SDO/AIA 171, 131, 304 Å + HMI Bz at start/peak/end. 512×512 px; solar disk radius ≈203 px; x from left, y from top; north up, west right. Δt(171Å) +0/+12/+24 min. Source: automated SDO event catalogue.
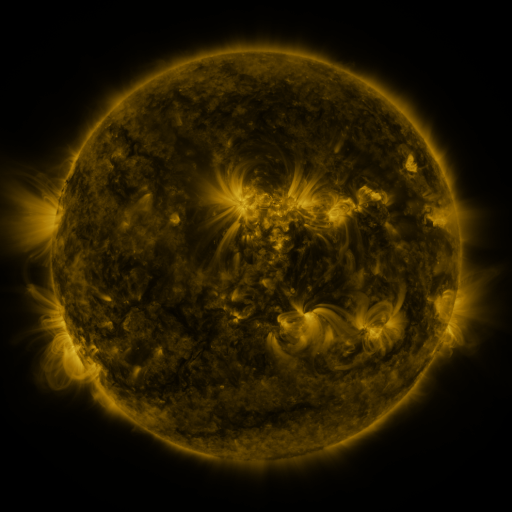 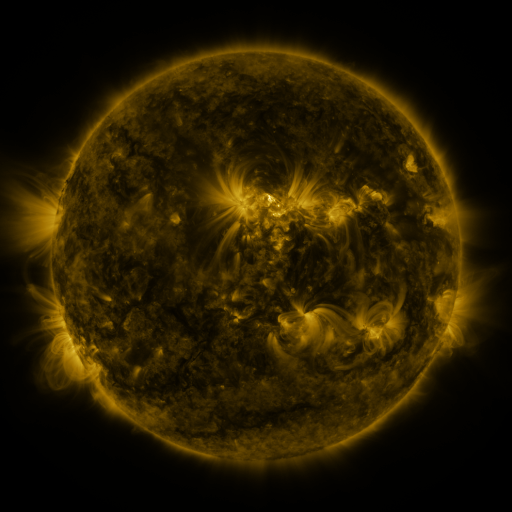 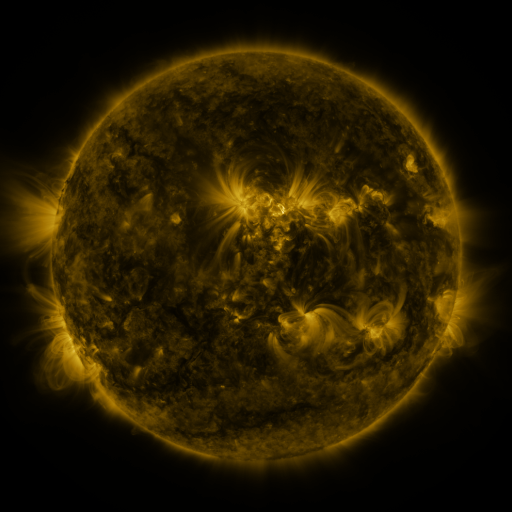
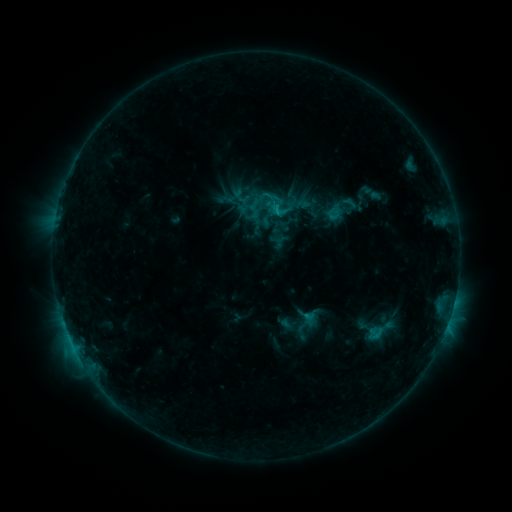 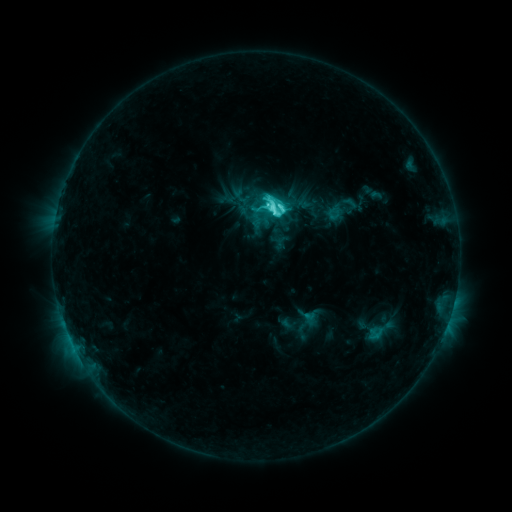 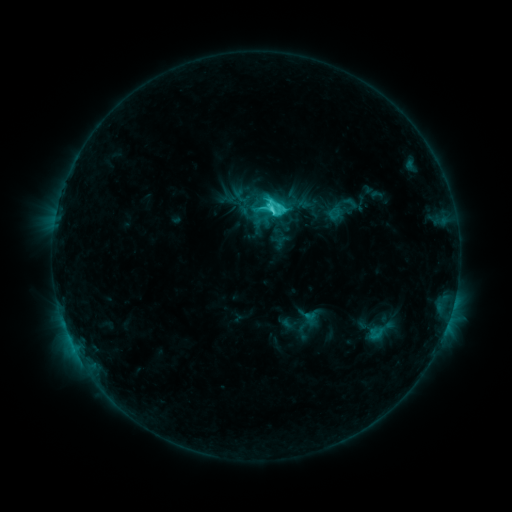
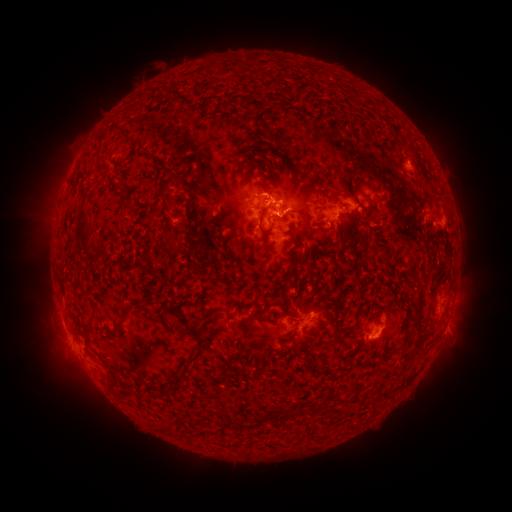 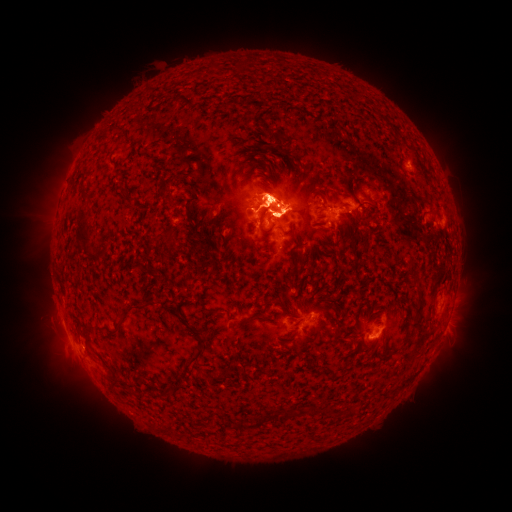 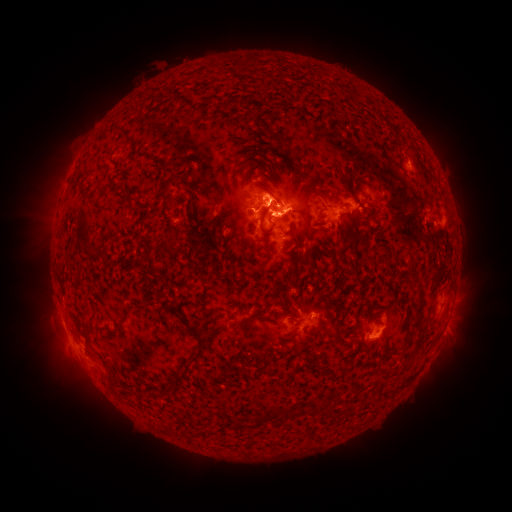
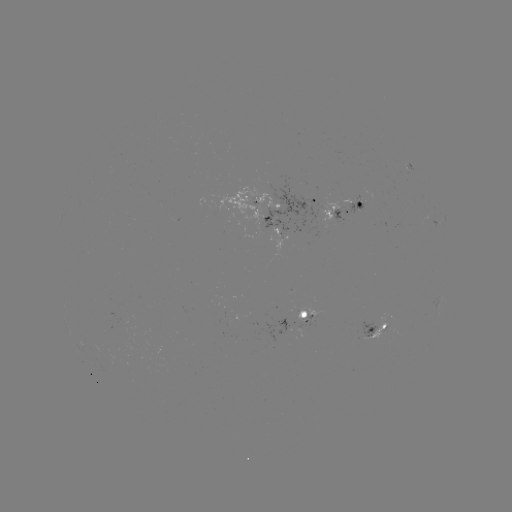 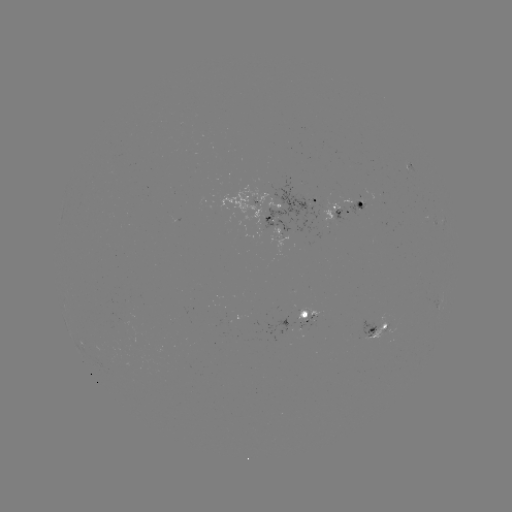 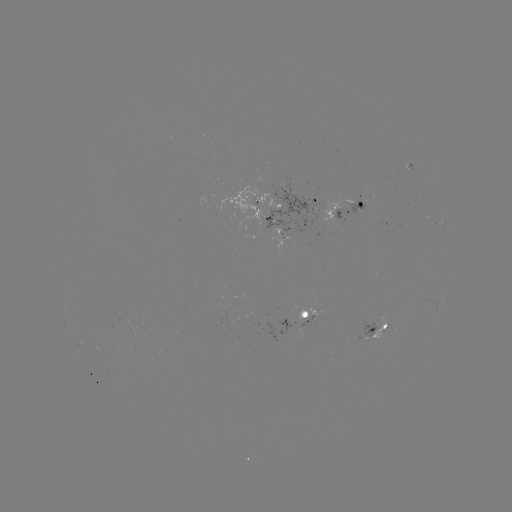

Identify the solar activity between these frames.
C9.1 flare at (269, 210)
